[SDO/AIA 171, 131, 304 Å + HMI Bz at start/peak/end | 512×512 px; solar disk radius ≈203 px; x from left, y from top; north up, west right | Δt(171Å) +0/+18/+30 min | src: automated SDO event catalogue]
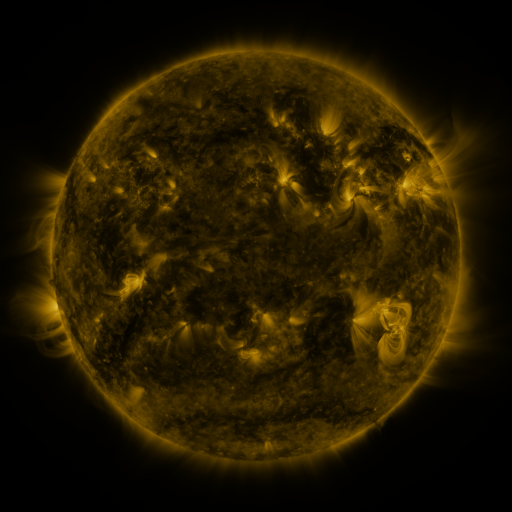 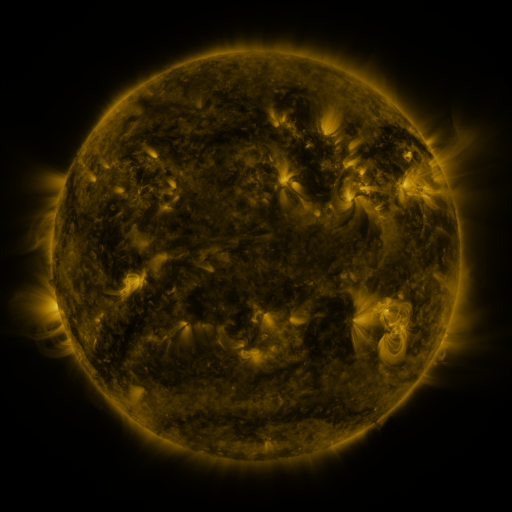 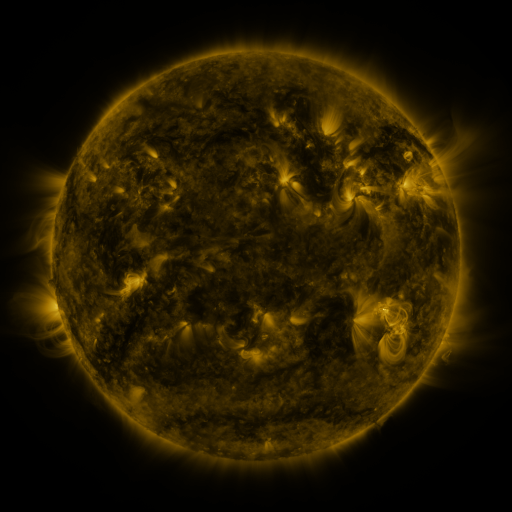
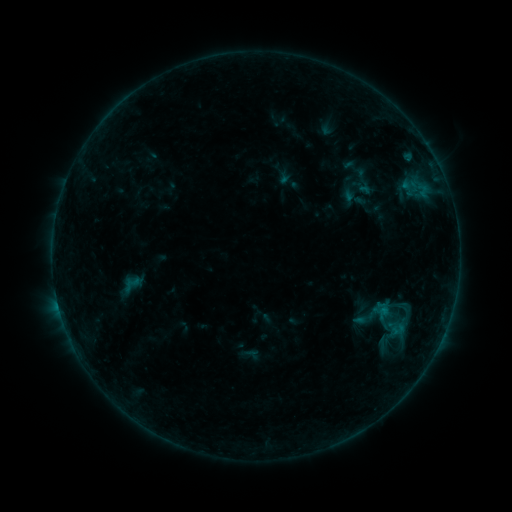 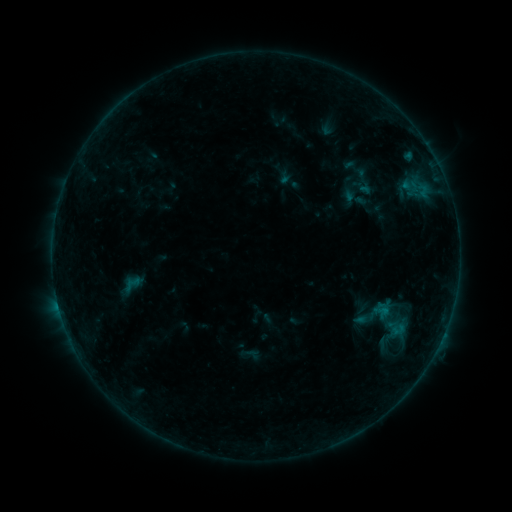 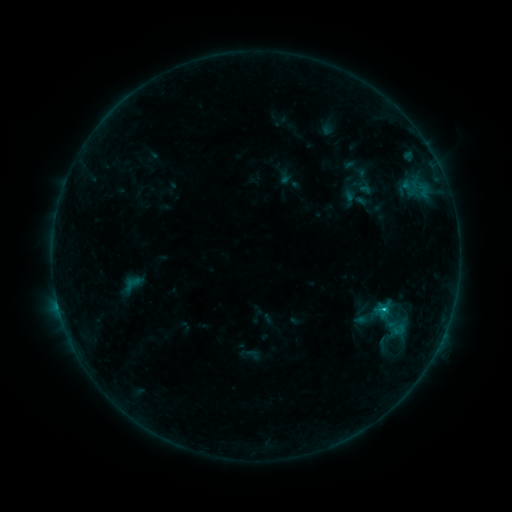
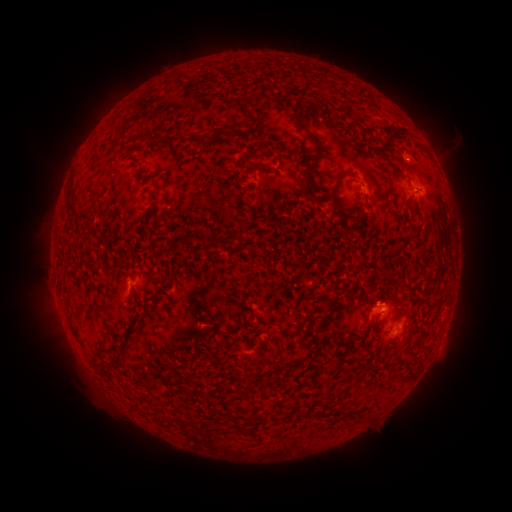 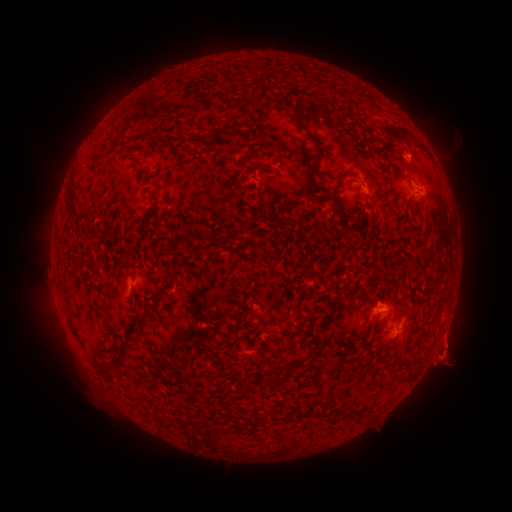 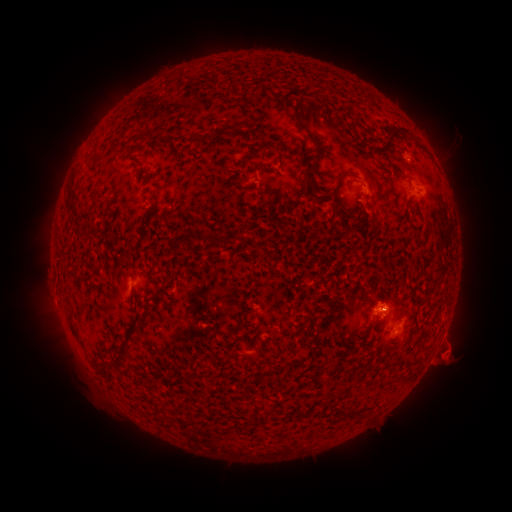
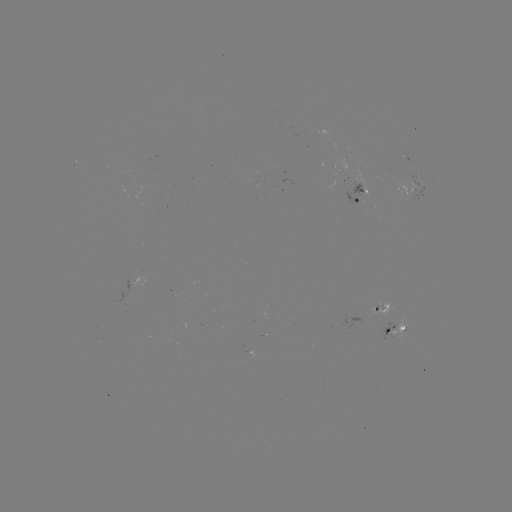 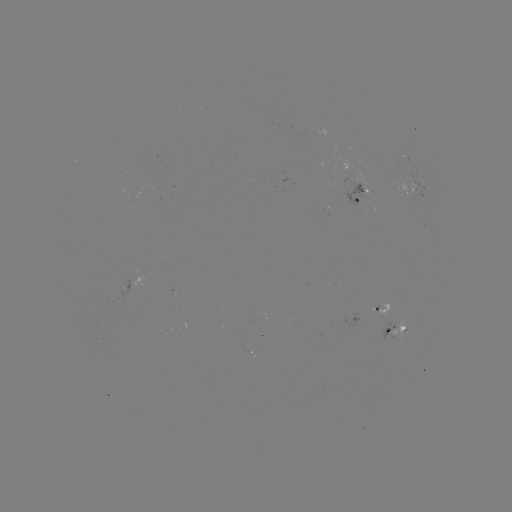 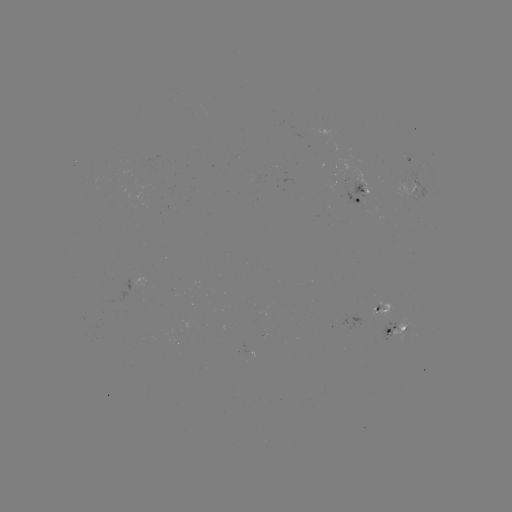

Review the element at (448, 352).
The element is eruption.